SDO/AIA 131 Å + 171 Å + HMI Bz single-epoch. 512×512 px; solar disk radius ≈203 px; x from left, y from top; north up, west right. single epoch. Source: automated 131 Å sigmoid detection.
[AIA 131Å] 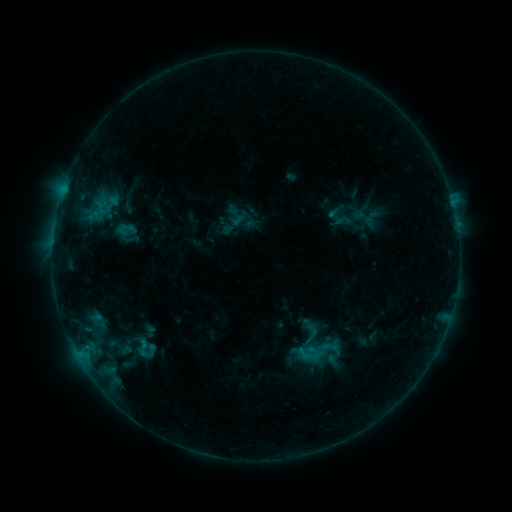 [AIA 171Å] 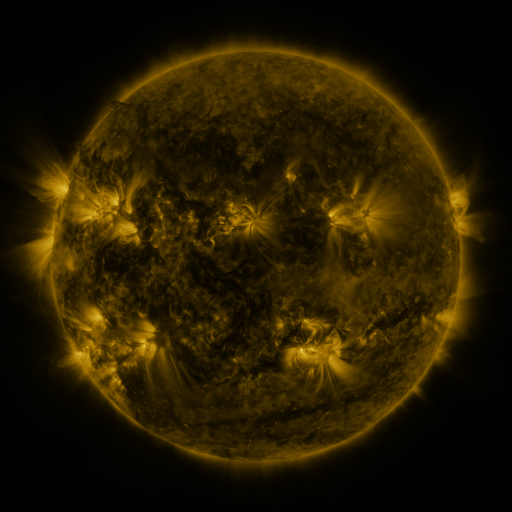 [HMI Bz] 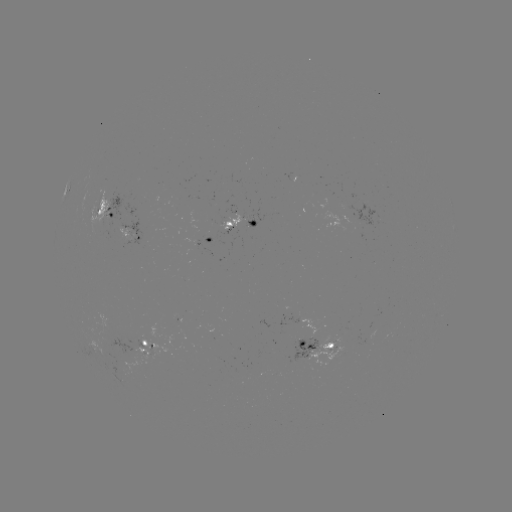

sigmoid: (296, 341, 322, 367)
